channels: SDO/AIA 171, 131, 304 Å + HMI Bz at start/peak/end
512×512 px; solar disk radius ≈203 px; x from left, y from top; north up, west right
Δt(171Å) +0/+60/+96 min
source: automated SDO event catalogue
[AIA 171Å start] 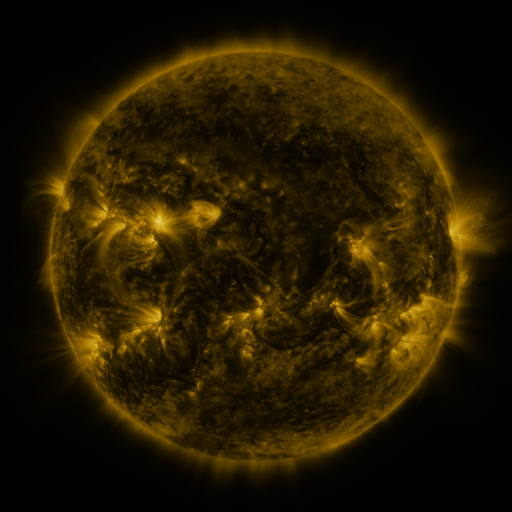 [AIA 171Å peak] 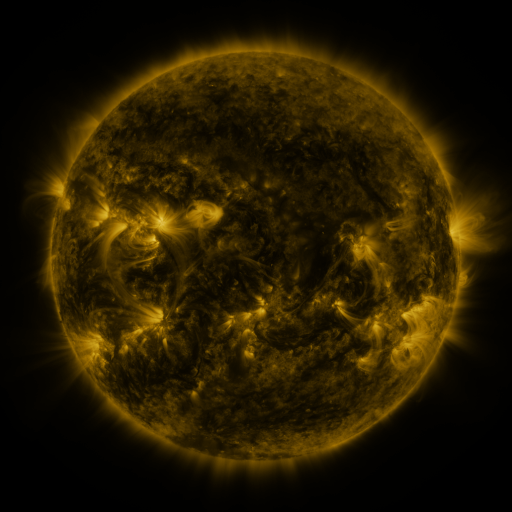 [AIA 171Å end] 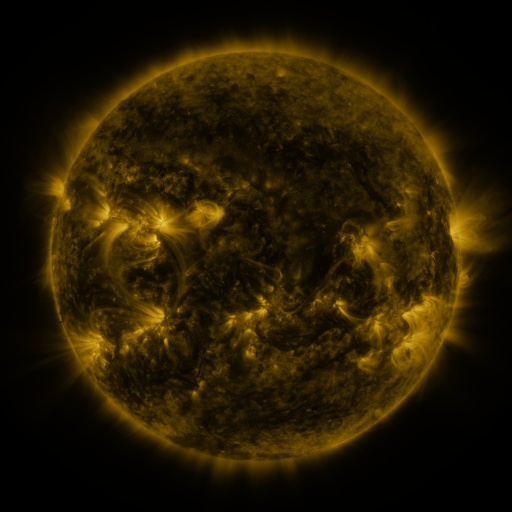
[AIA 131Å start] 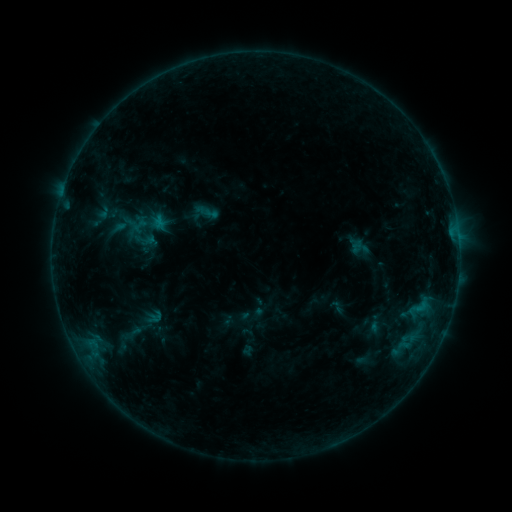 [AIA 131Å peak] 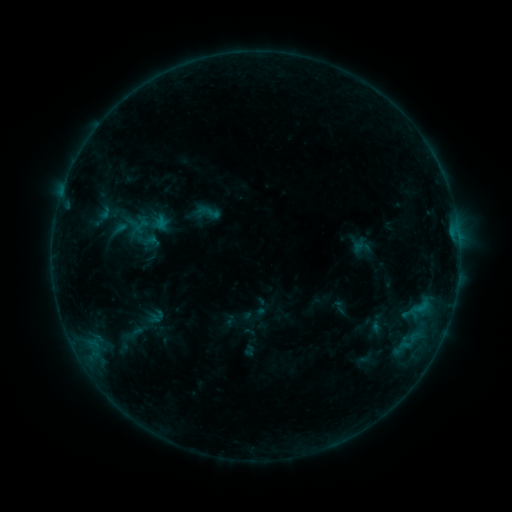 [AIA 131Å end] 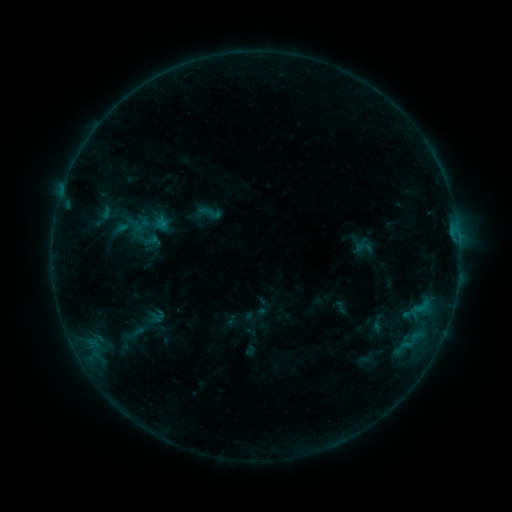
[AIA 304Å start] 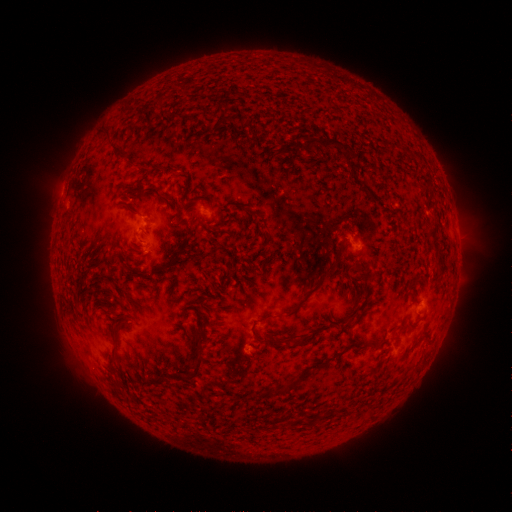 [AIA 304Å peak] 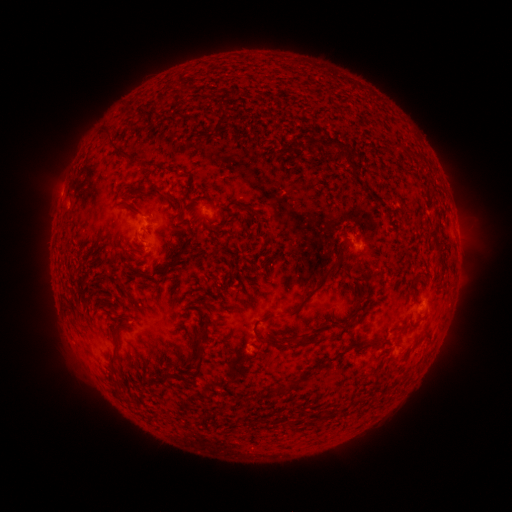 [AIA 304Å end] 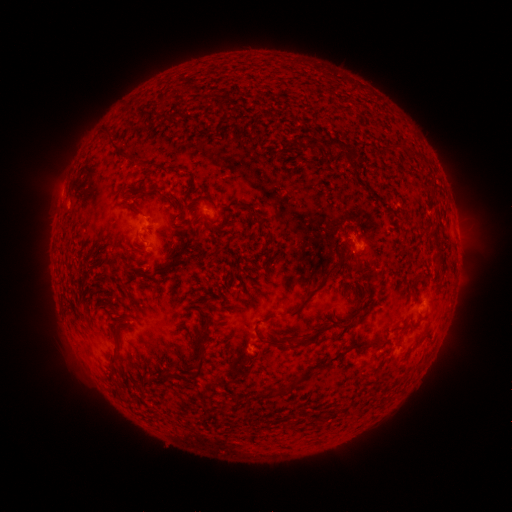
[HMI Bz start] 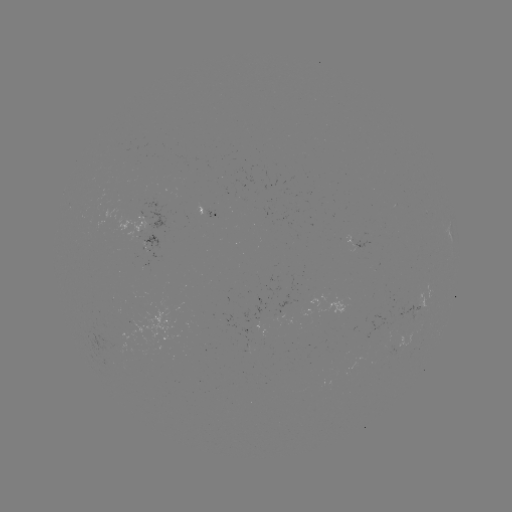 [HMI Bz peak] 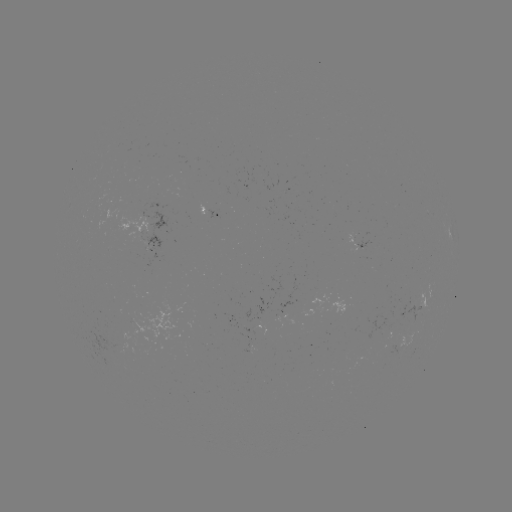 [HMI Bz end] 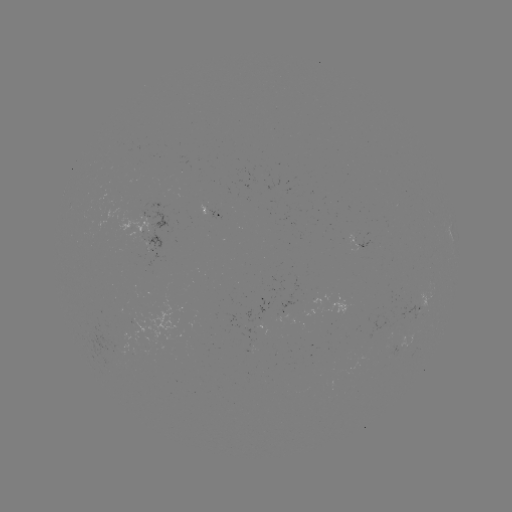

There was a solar emerging-flux region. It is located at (390, 347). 